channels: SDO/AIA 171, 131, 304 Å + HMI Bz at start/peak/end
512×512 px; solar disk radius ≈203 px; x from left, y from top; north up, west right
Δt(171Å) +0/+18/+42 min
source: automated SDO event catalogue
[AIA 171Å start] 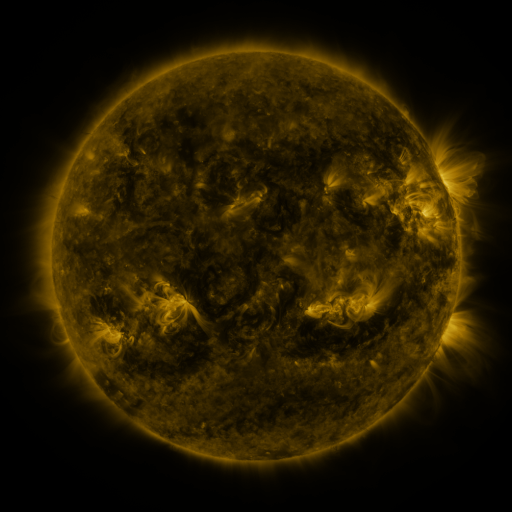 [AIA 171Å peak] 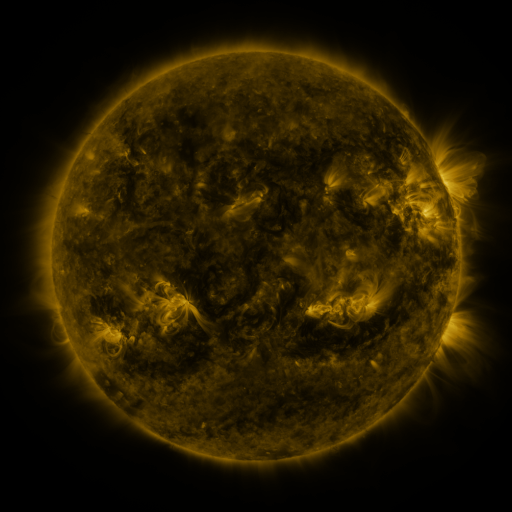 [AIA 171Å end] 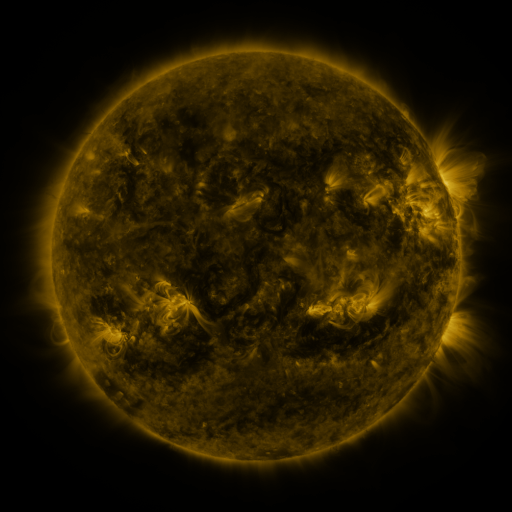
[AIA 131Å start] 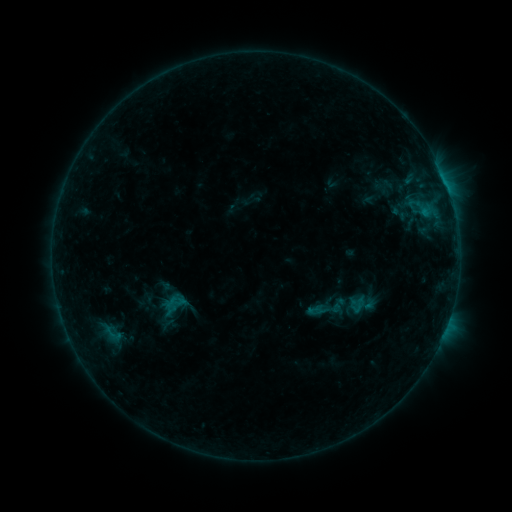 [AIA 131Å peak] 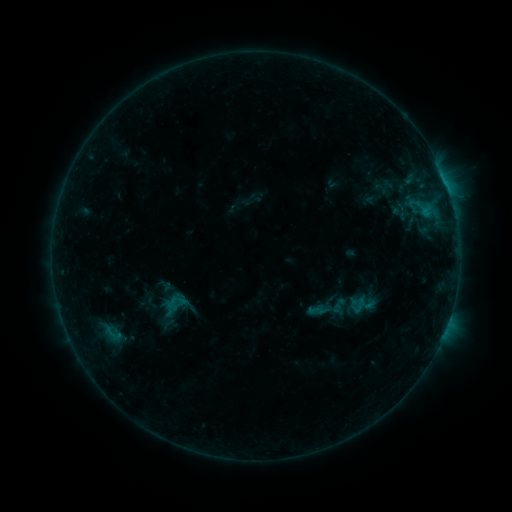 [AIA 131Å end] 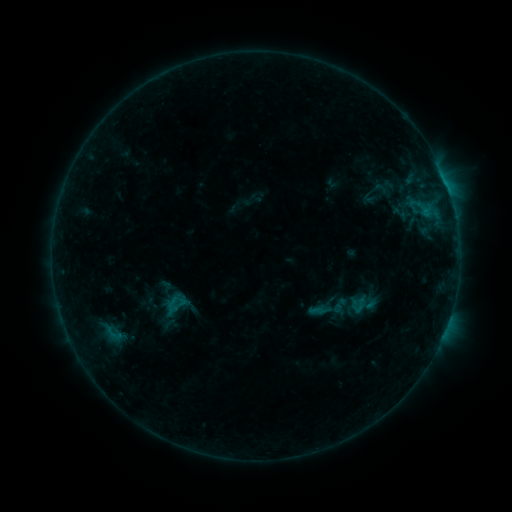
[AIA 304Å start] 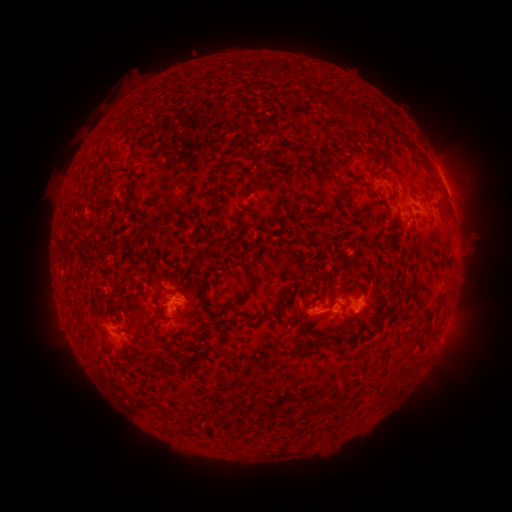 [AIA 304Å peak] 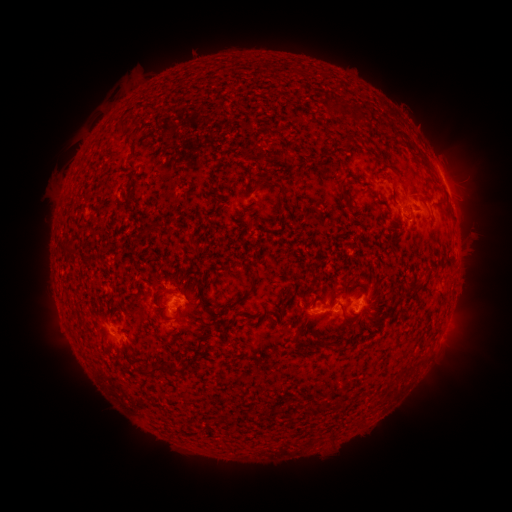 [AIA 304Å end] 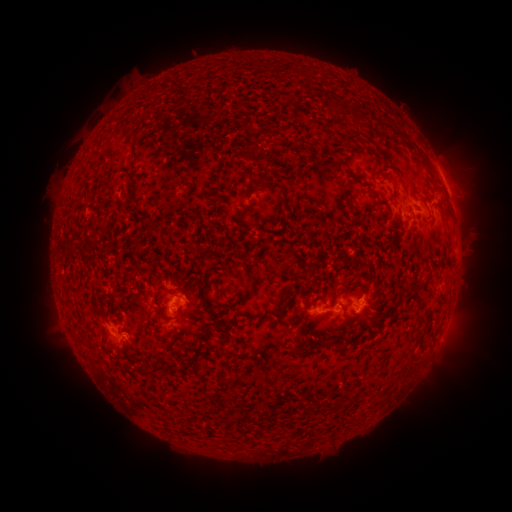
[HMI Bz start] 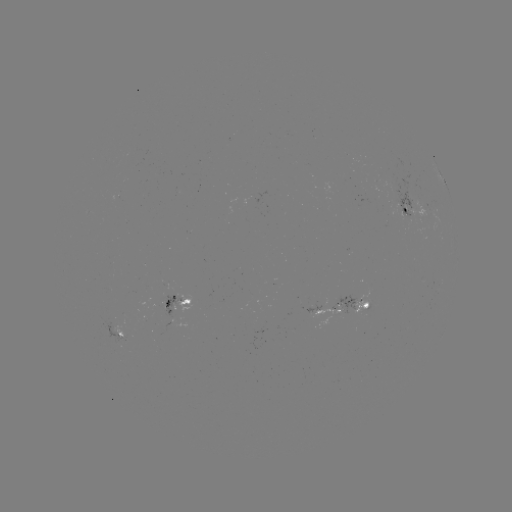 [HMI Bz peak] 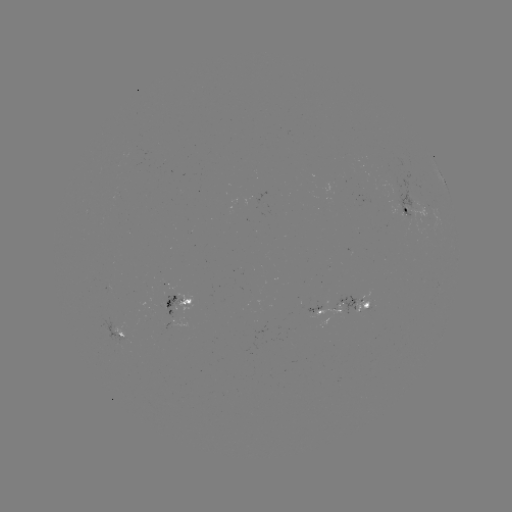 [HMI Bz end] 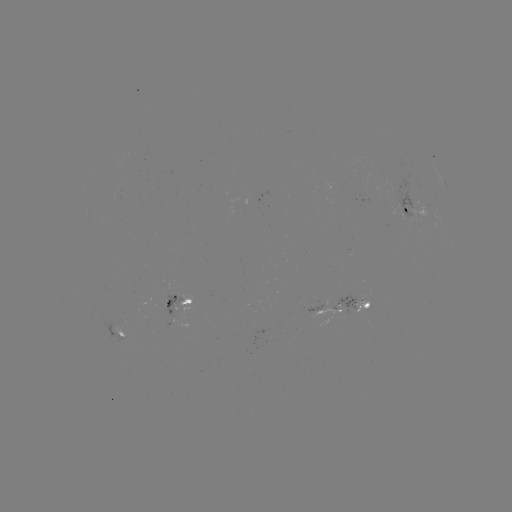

no catalogued flare and no flagged EUV brightening in this window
